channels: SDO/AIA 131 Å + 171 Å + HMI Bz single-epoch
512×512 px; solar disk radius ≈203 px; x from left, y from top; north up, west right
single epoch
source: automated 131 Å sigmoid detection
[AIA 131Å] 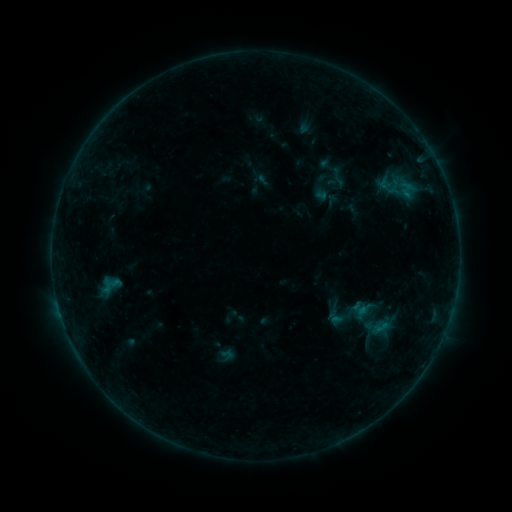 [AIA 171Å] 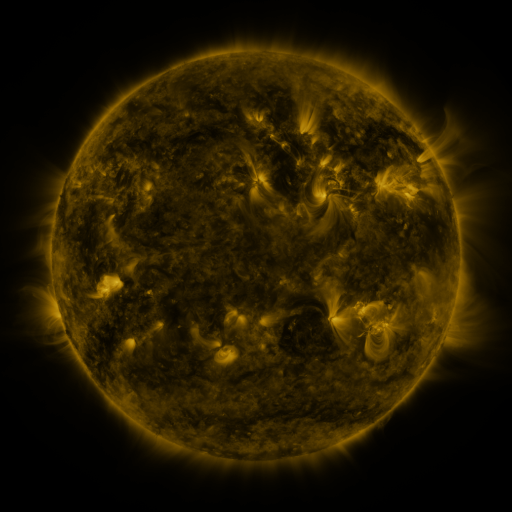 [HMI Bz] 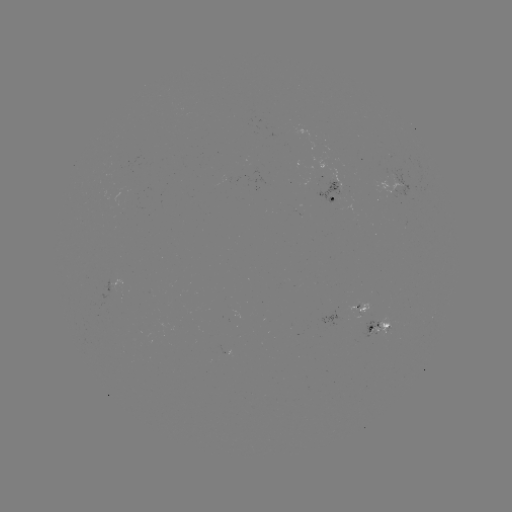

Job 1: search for sigmoid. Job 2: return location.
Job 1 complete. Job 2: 360,309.